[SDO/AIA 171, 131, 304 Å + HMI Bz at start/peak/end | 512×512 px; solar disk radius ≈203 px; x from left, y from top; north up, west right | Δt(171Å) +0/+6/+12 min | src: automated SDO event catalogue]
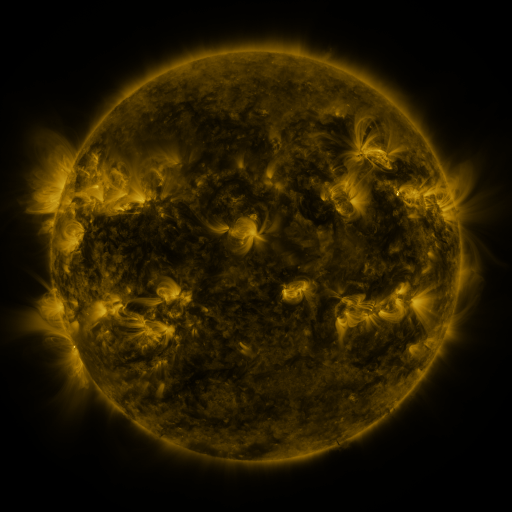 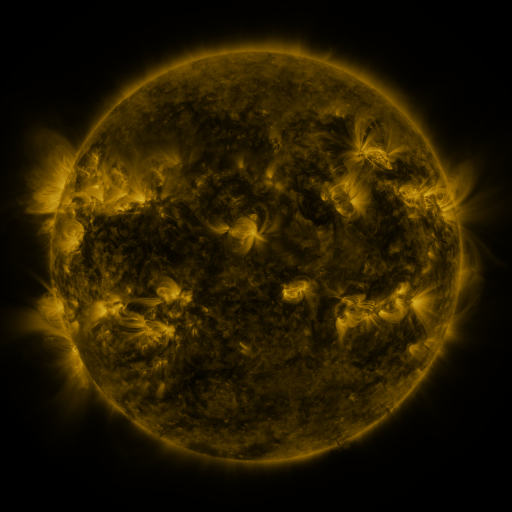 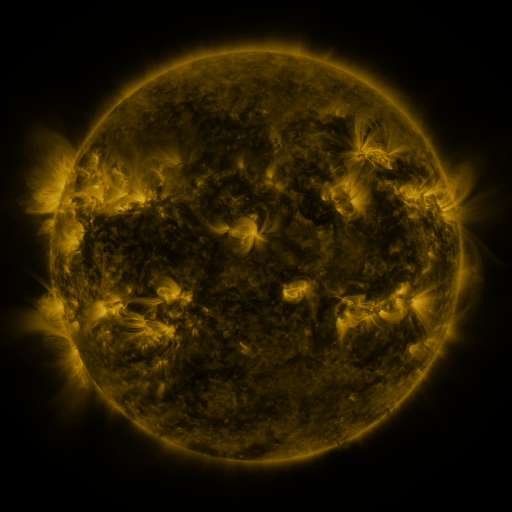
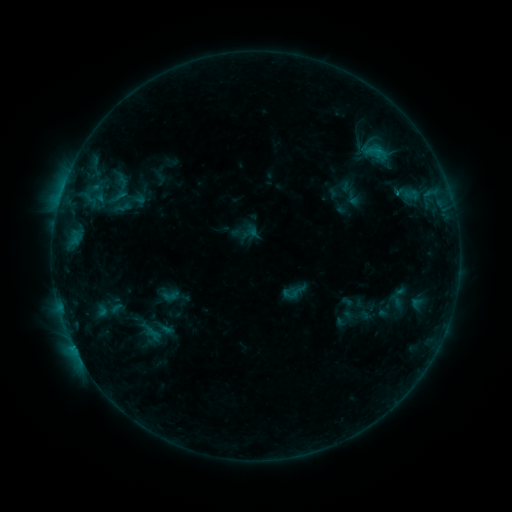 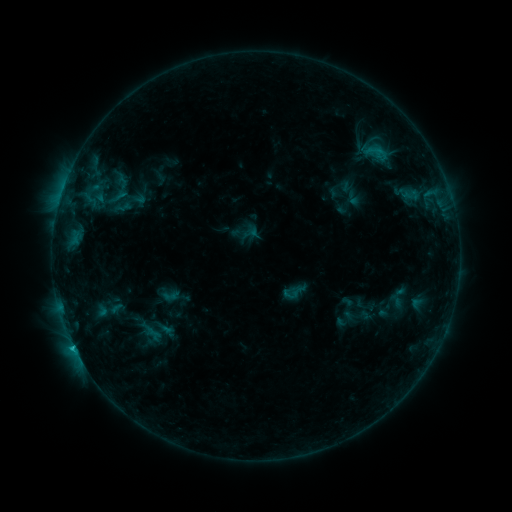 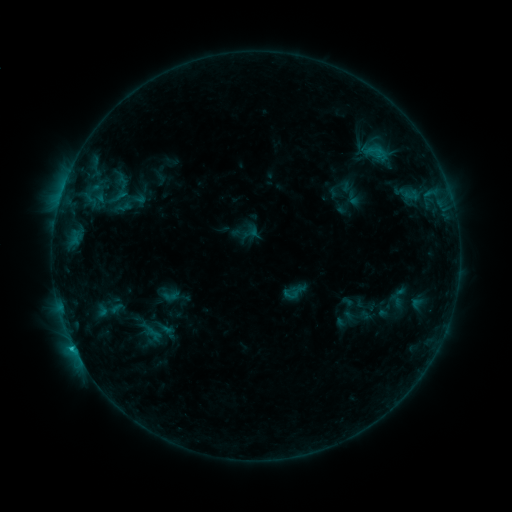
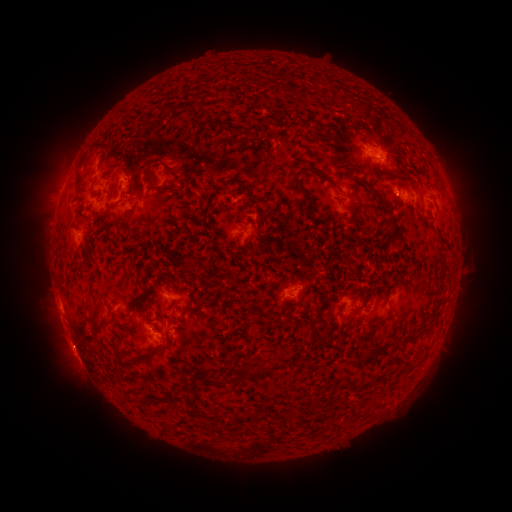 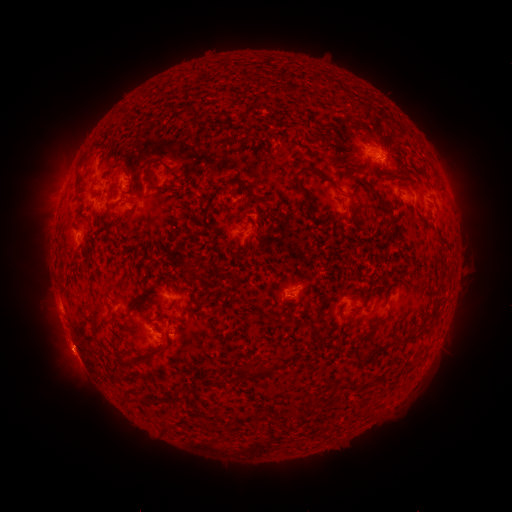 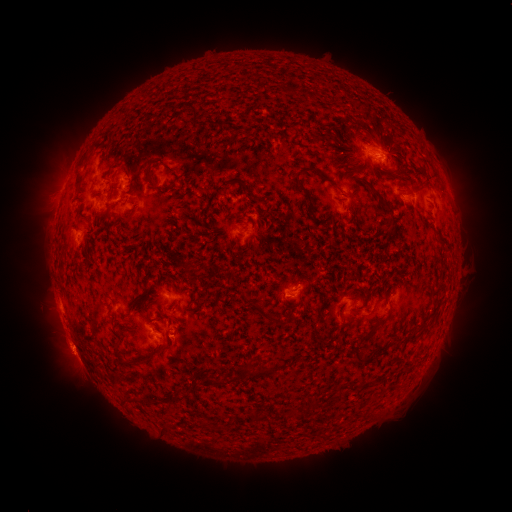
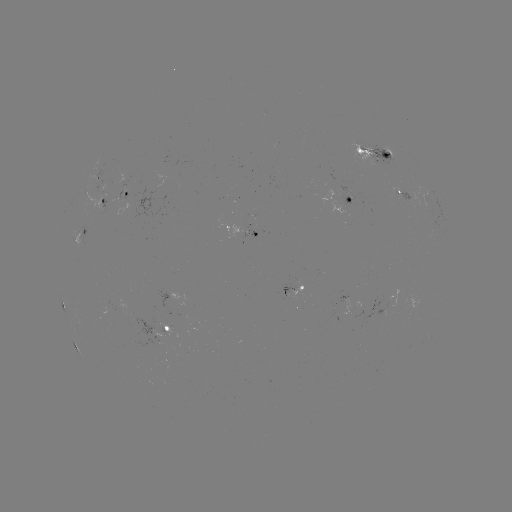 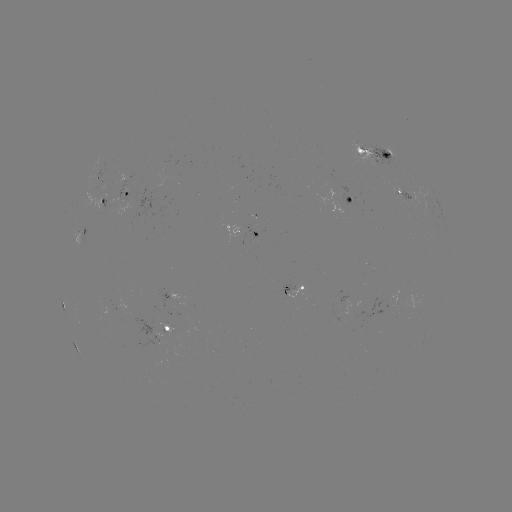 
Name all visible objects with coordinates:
C1.2 flare: (73, 344)
